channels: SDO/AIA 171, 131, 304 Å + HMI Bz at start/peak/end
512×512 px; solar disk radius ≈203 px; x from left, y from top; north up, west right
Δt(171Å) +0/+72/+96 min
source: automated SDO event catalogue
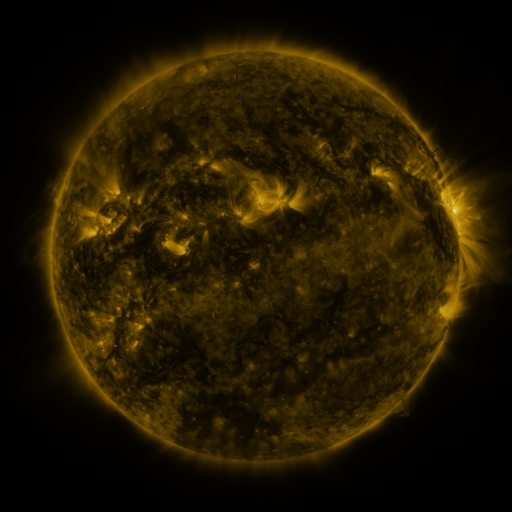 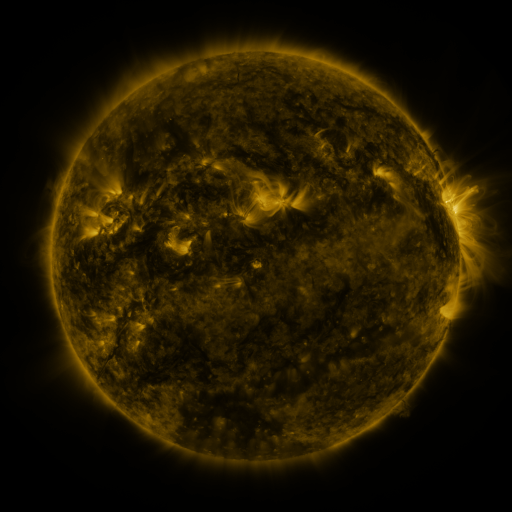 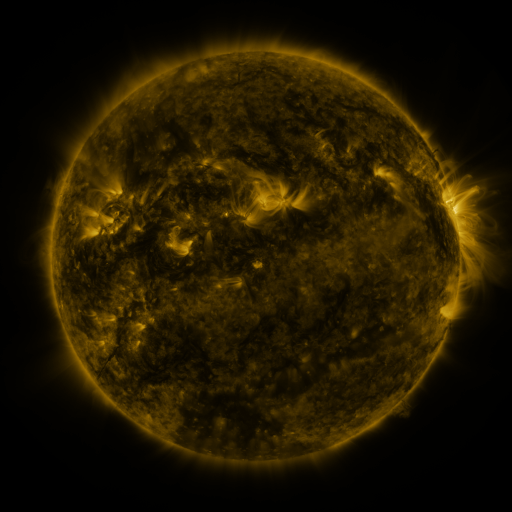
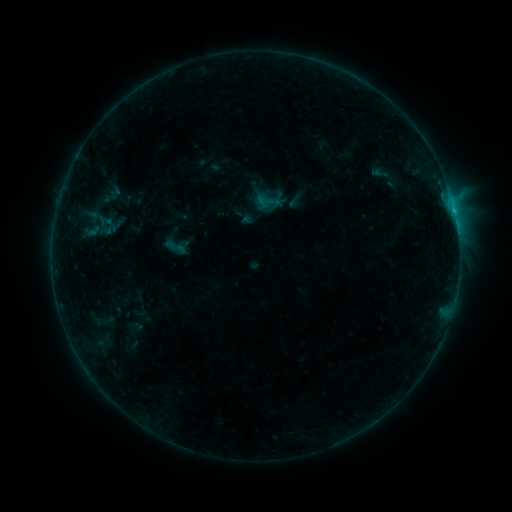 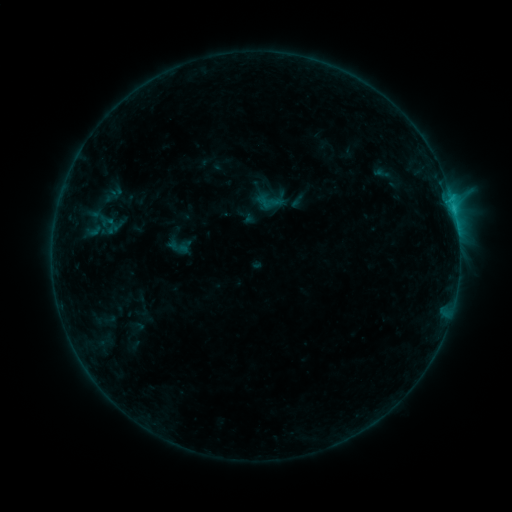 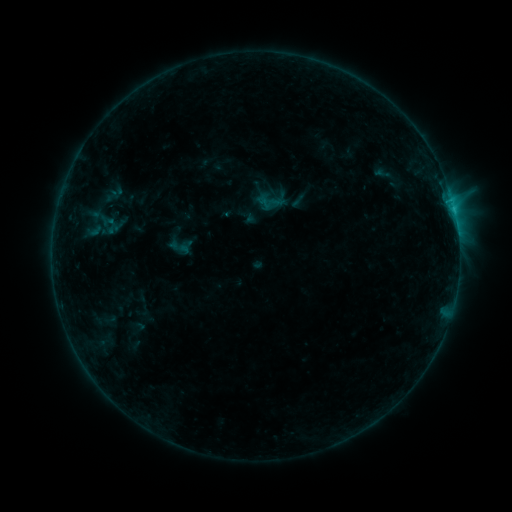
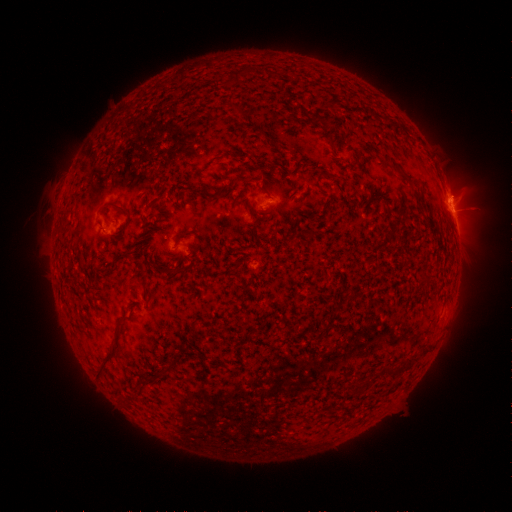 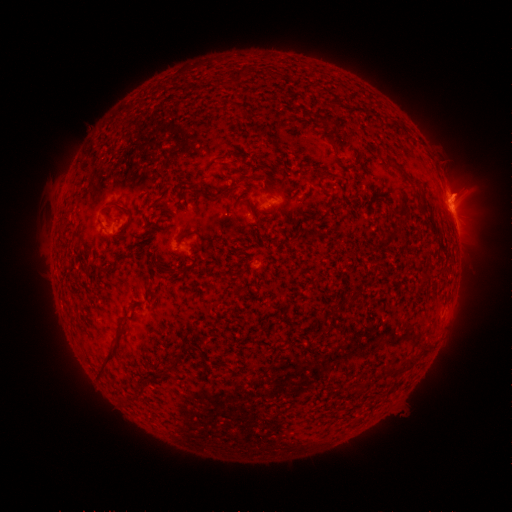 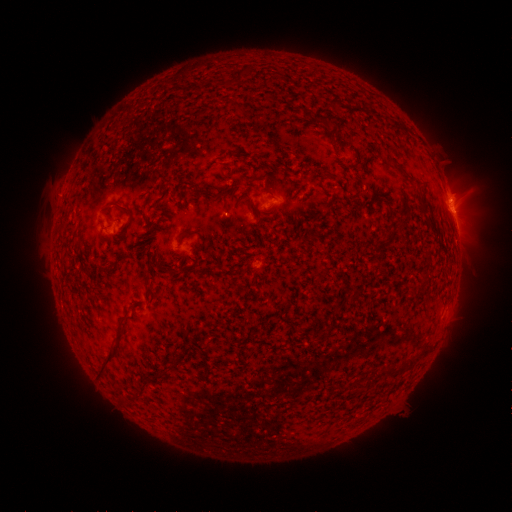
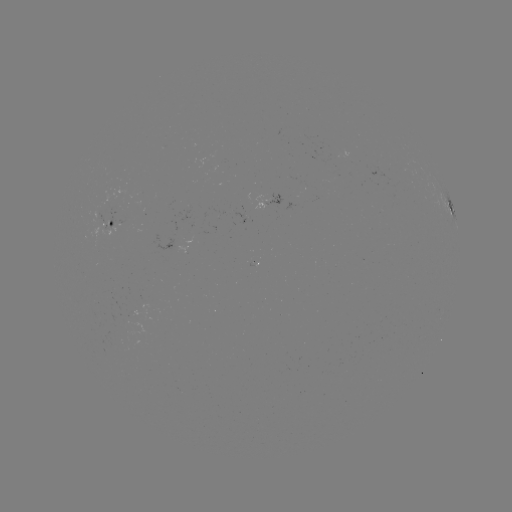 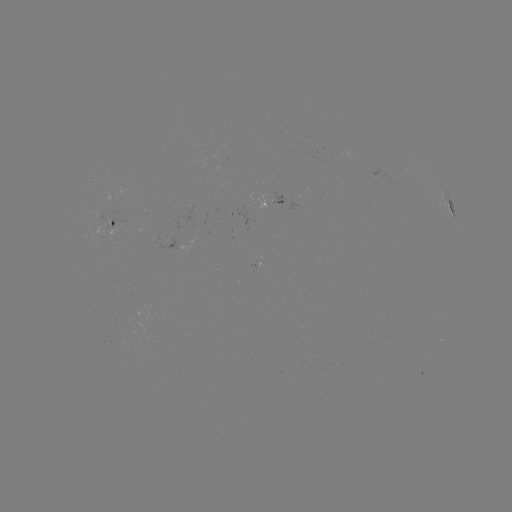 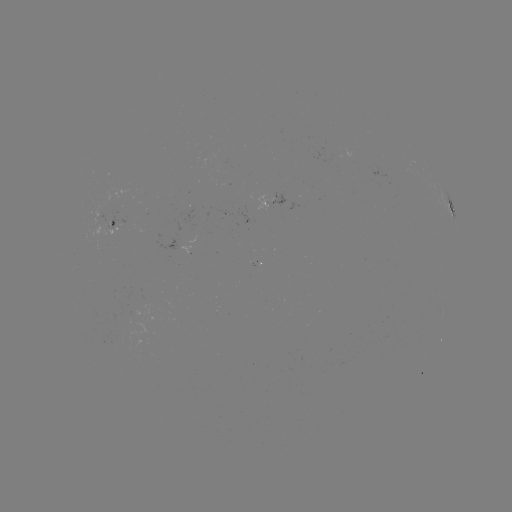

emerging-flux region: (102, 226, 109, 236)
